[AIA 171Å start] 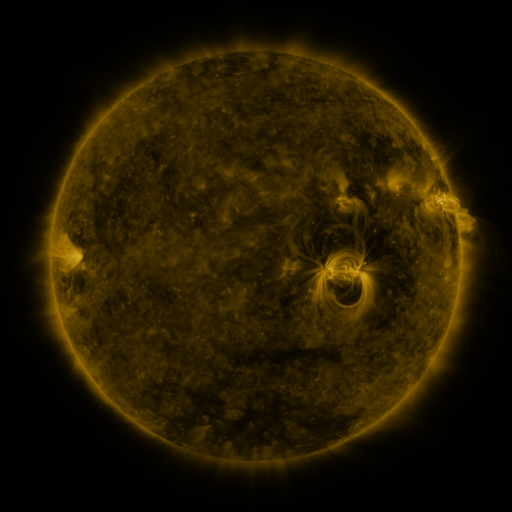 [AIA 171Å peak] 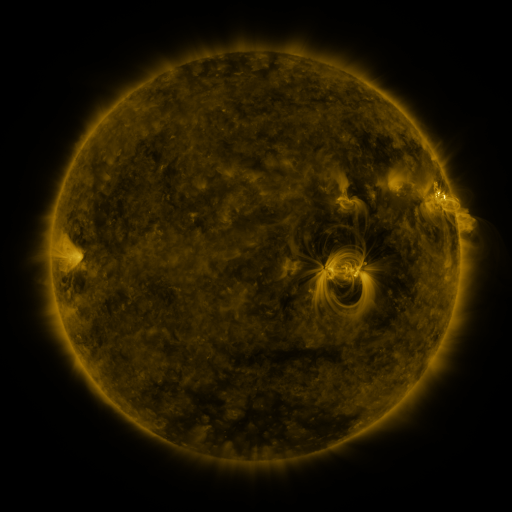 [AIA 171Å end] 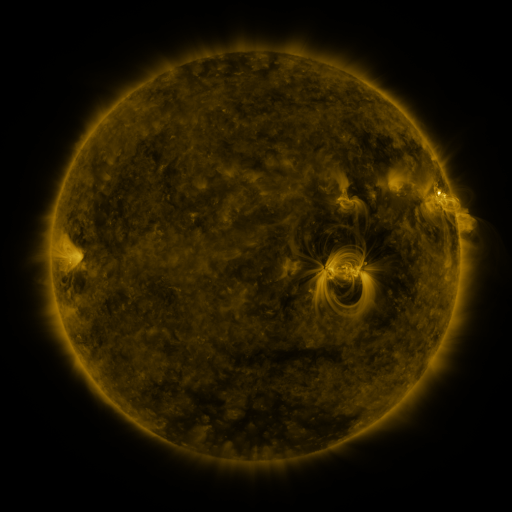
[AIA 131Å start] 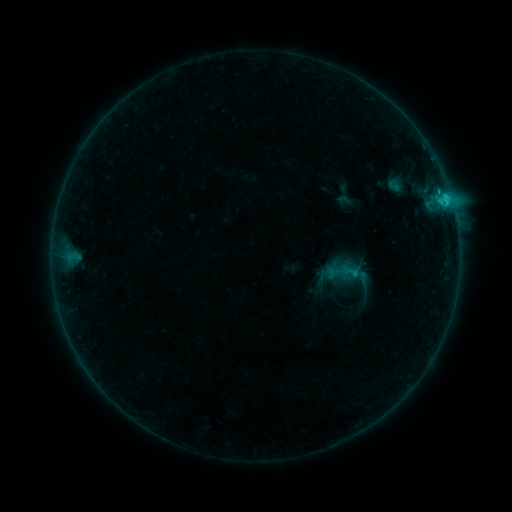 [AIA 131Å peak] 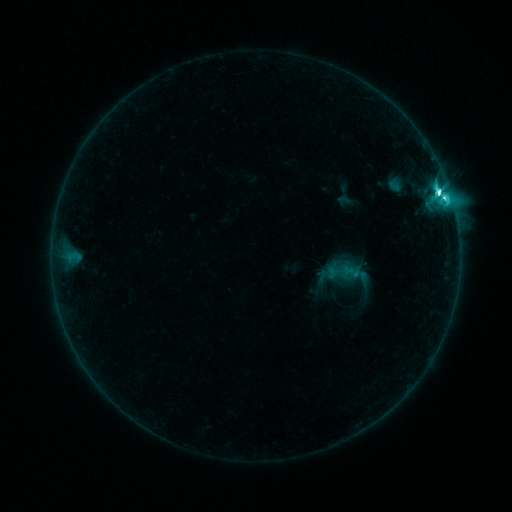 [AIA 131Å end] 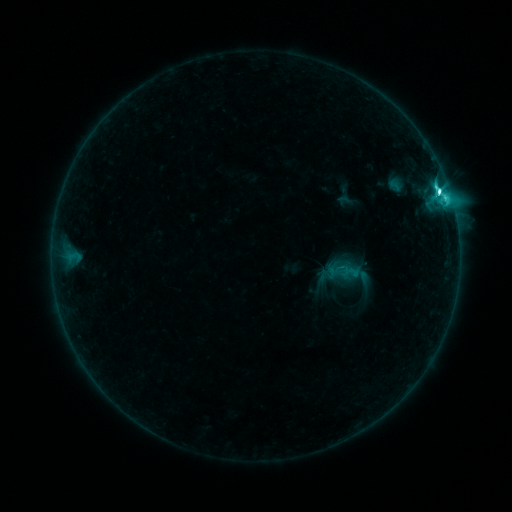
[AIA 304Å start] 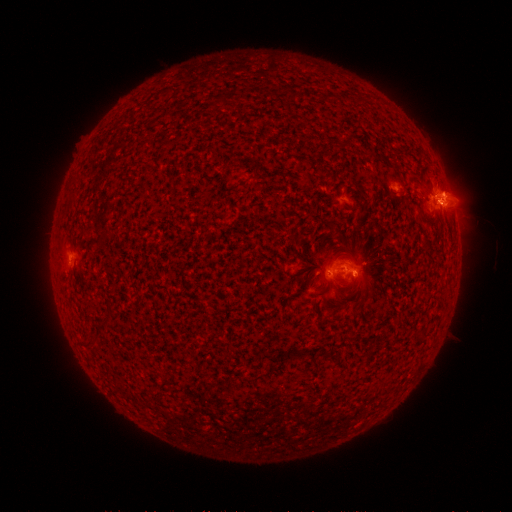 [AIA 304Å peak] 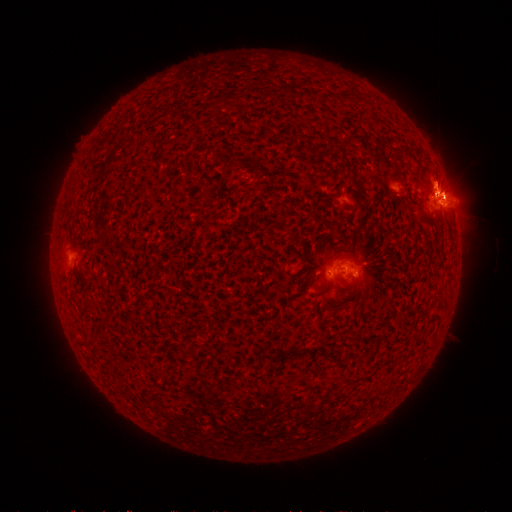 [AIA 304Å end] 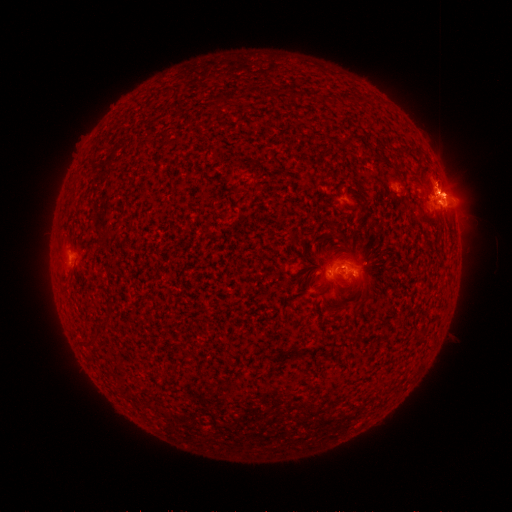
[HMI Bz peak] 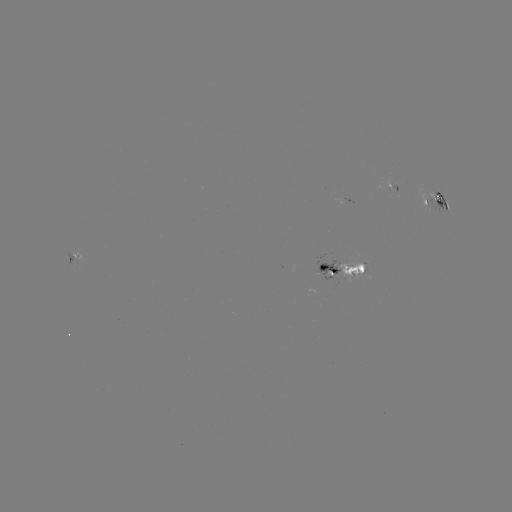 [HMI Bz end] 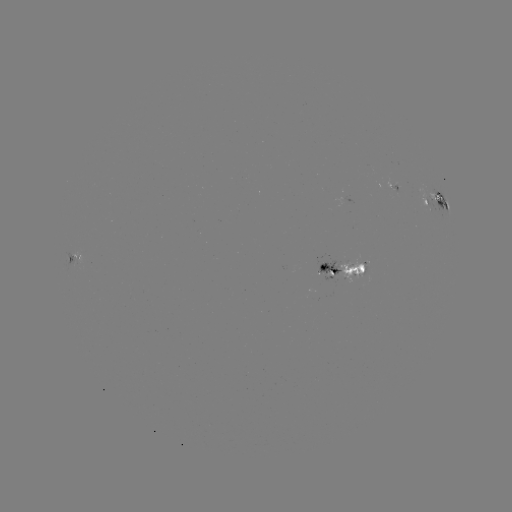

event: flare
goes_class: M1.2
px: (438, 195)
